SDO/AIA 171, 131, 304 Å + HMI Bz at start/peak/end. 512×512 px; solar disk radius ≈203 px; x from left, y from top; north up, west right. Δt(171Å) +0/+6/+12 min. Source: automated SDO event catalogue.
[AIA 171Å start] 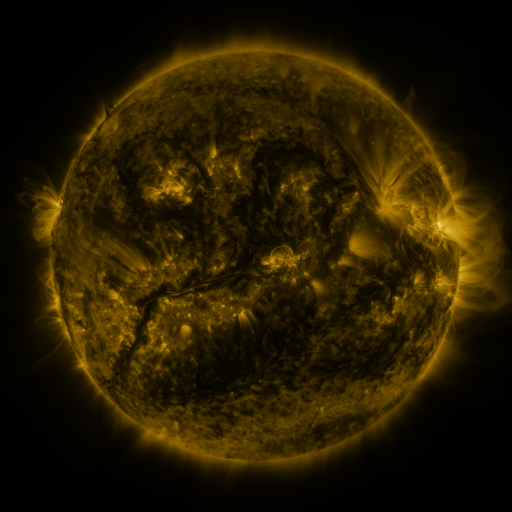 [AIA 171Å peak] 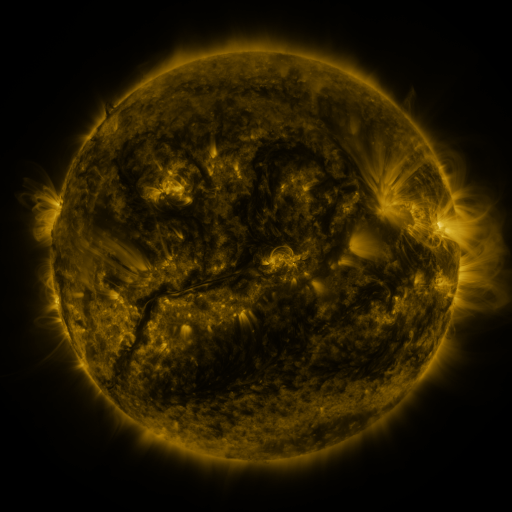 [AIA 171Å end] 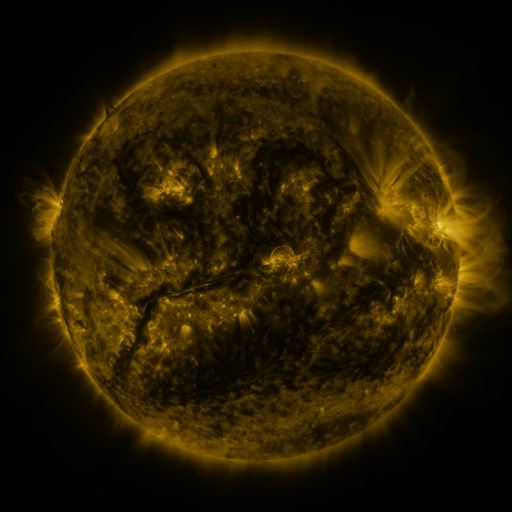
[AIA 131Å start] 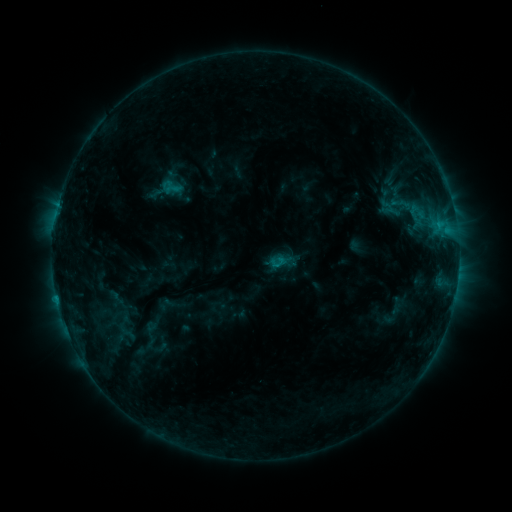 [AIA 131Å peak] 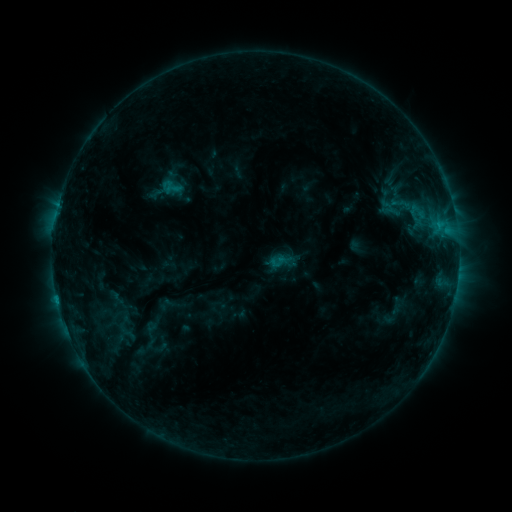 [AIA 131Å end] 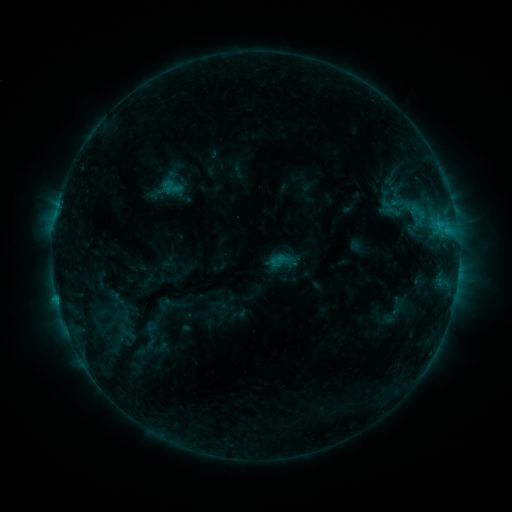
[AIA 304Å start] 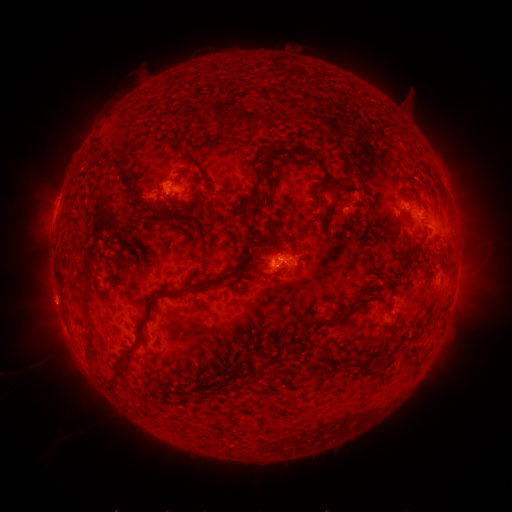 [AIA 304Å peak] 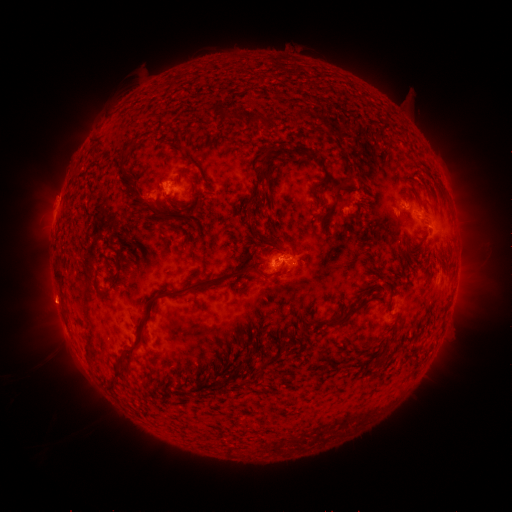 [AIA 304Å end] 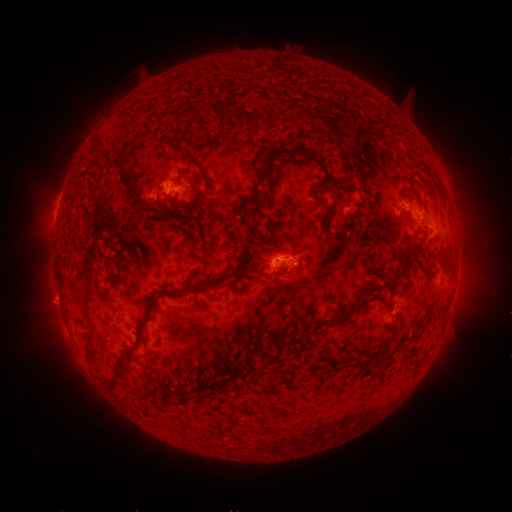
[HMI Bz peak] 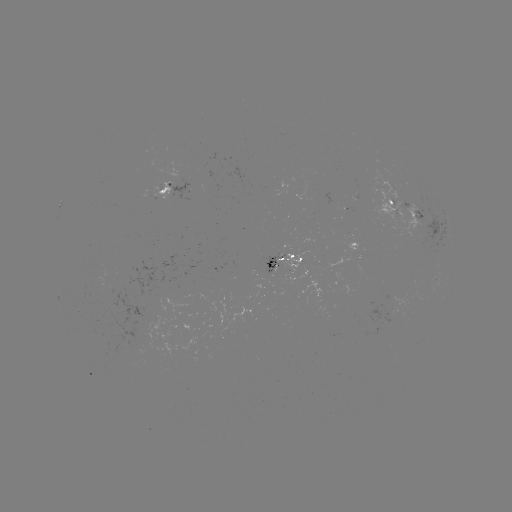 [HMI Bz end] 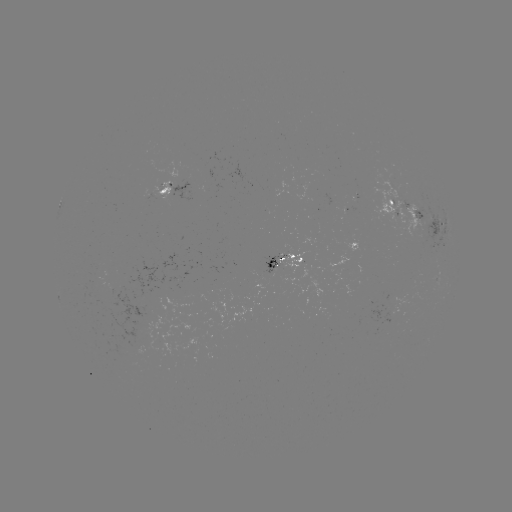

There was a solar eruption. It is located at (51, 305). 